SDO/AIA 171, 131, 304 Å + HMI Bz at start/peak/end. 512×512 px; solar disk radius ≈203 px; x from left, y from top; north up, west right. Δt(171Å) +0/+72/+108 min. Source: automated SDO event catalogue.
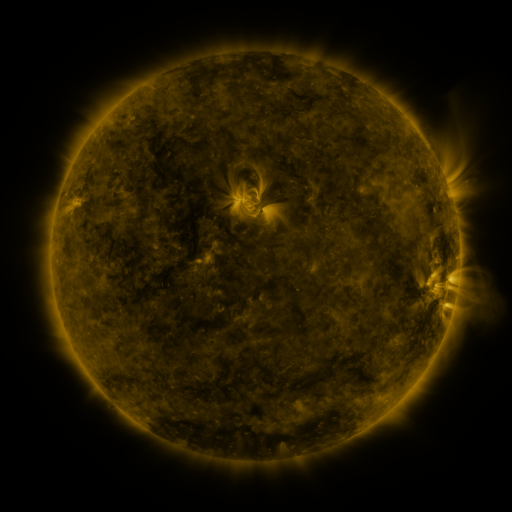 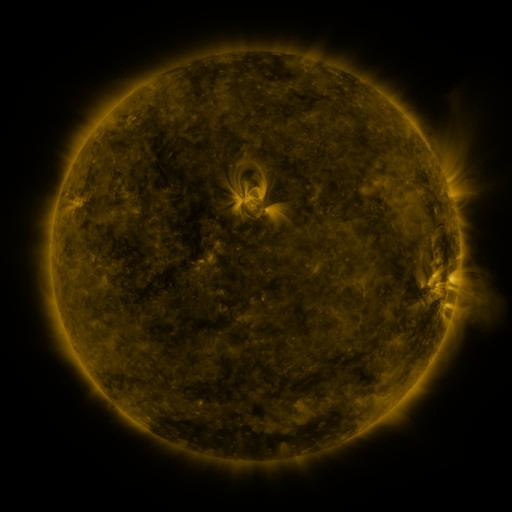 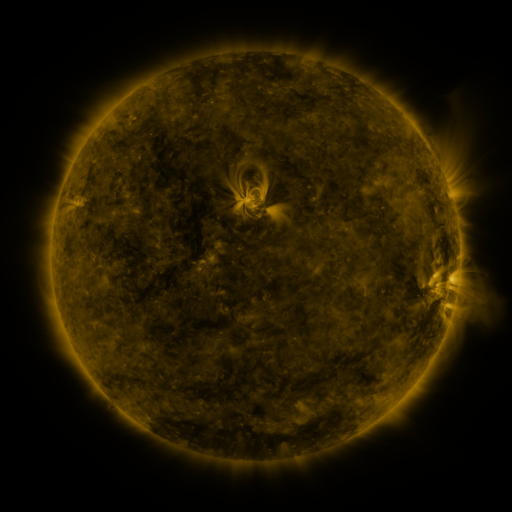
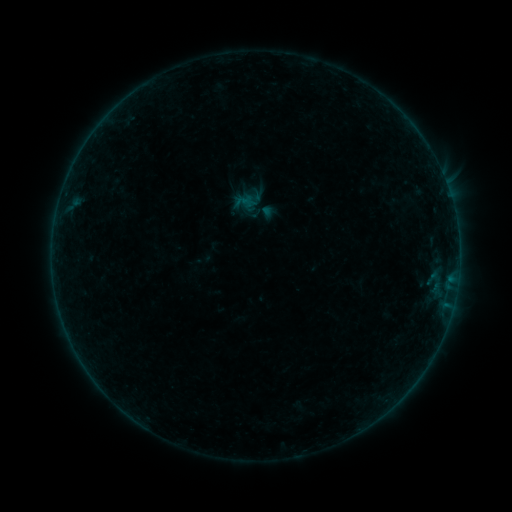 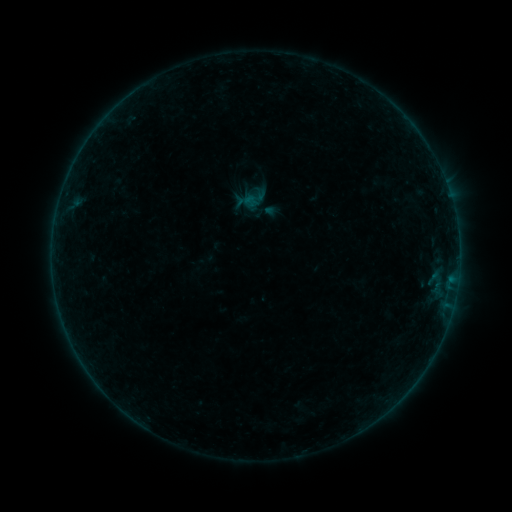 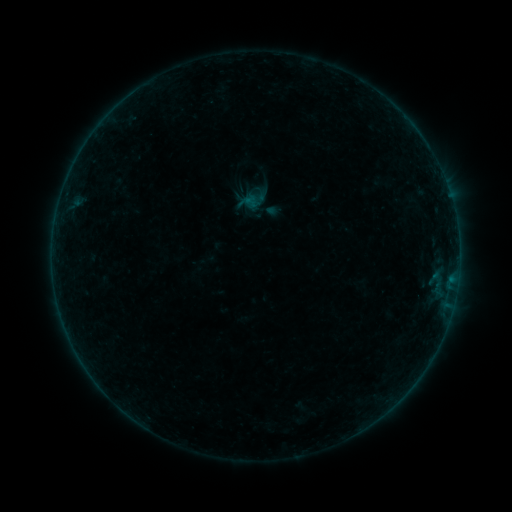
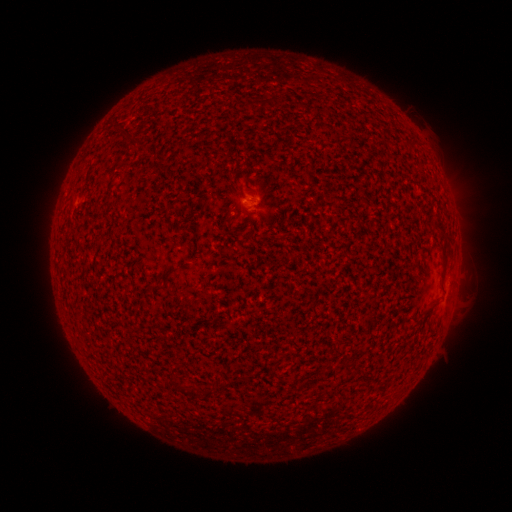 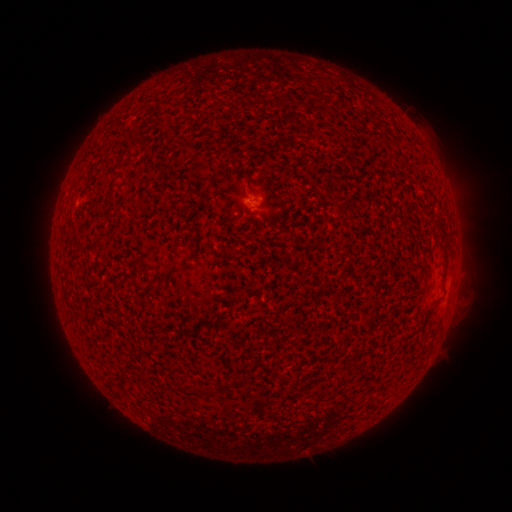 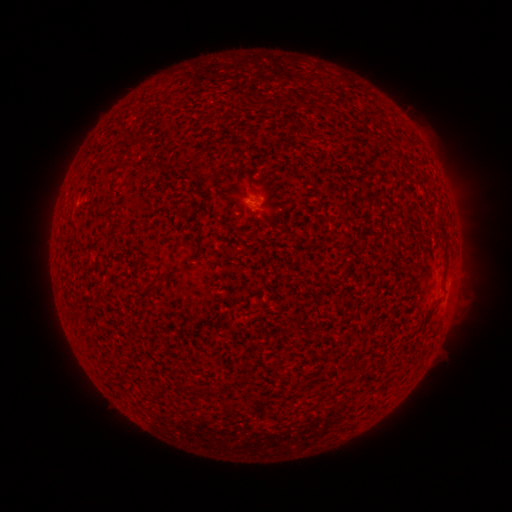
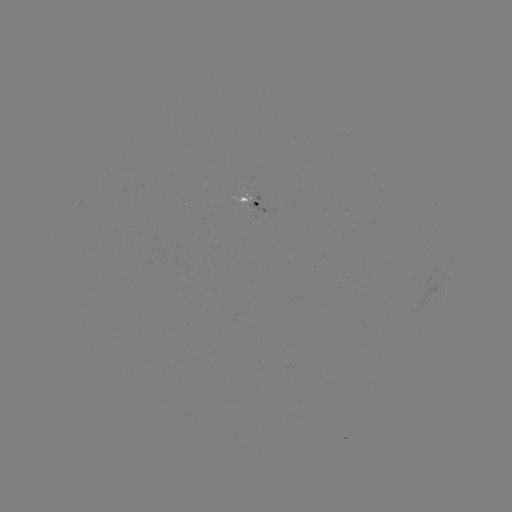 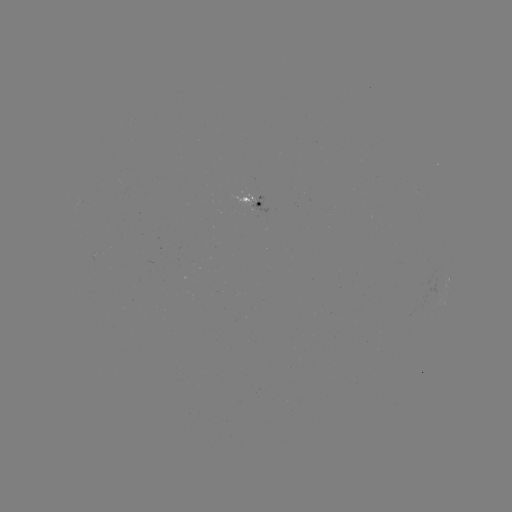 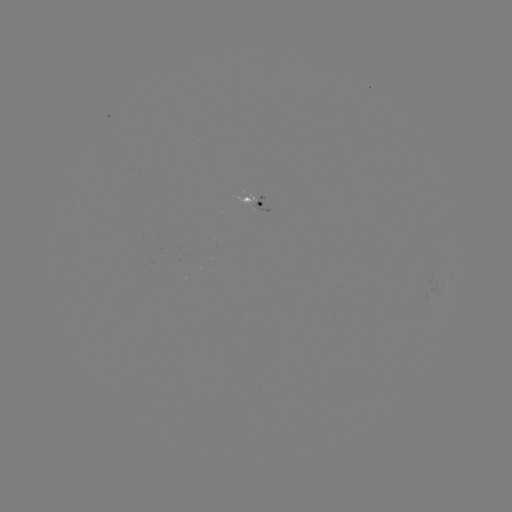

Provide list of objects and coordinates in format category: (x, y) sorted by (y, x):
emerging-flux region: (250, 194)
